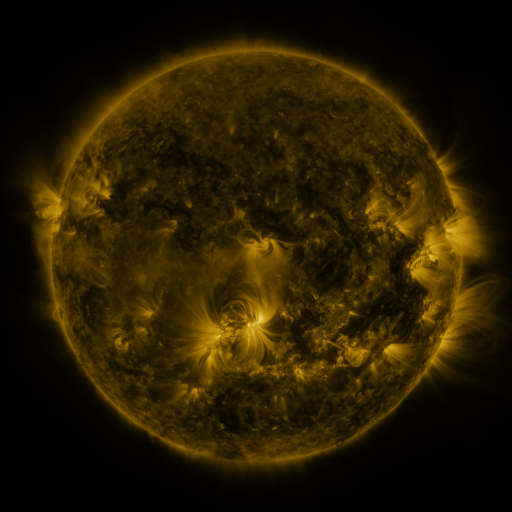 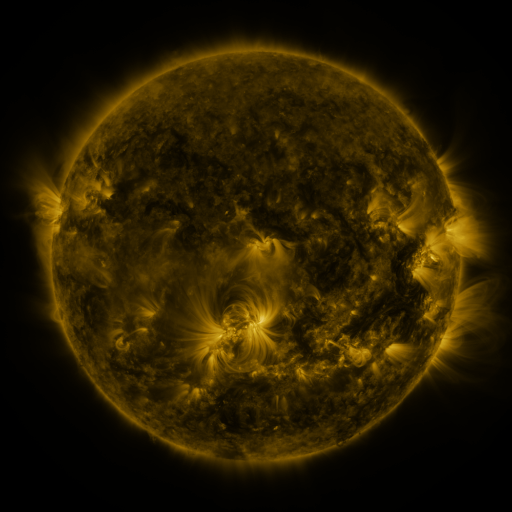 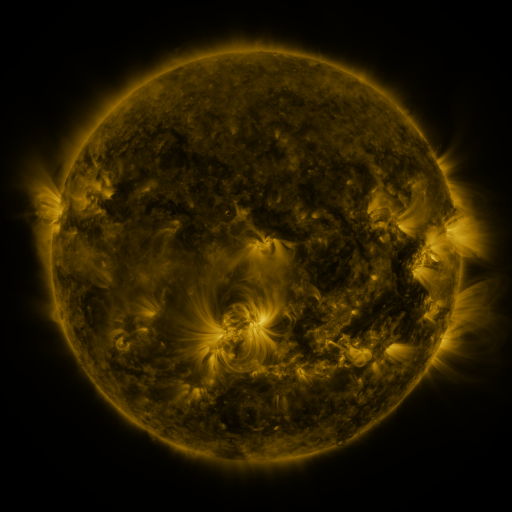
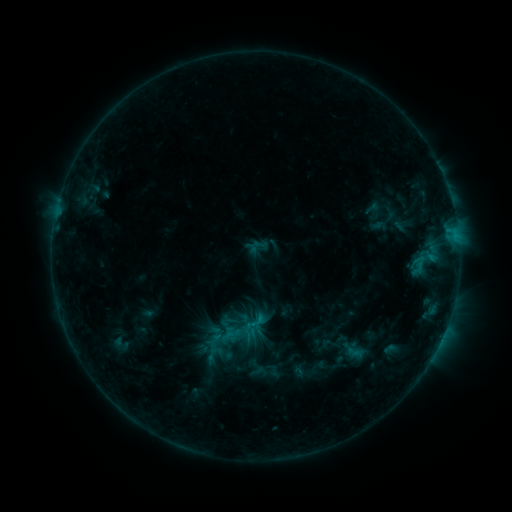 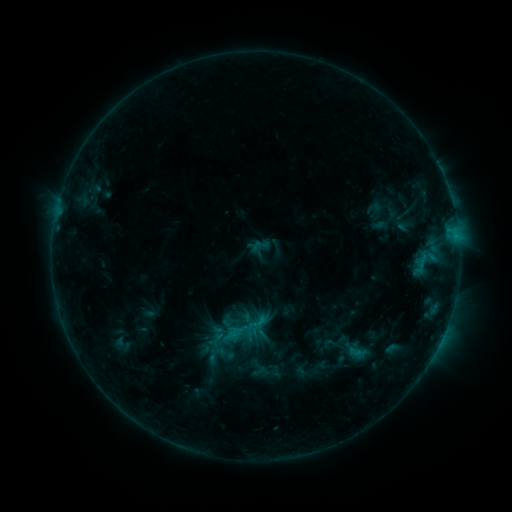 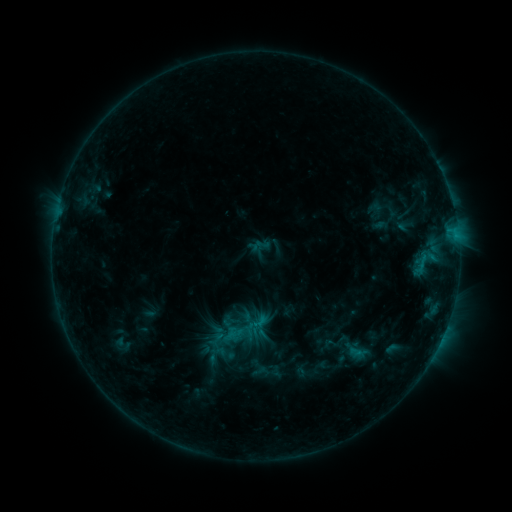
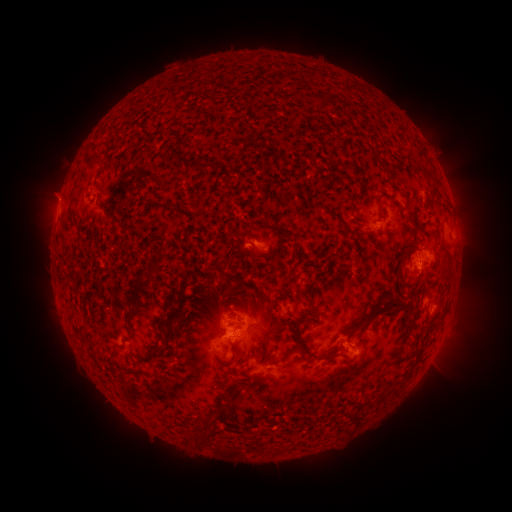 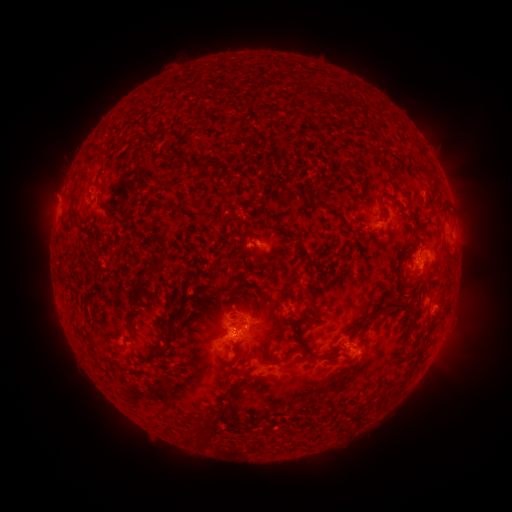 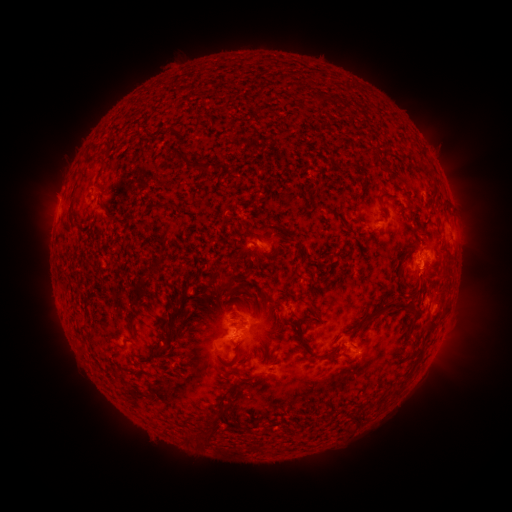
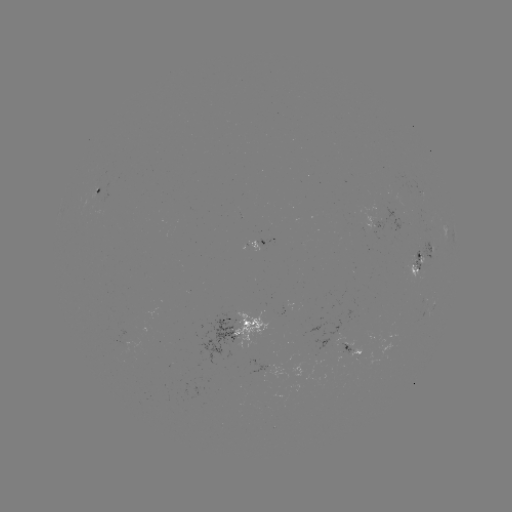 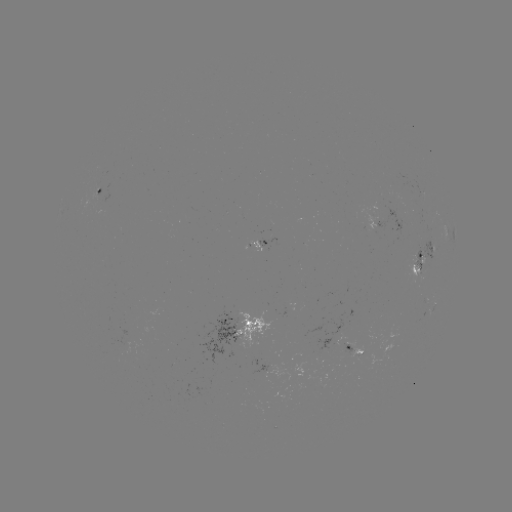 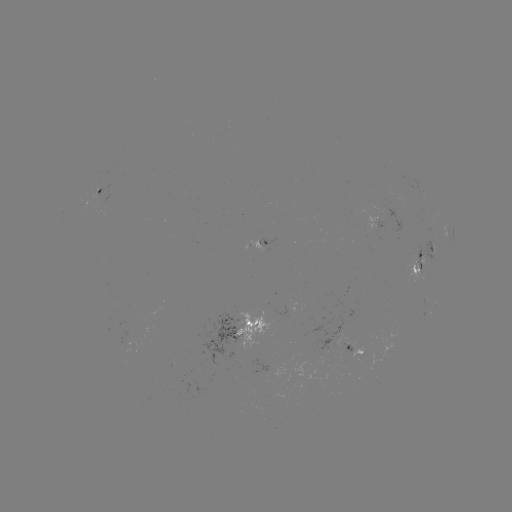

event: emerging-flux region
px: (101, 190)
